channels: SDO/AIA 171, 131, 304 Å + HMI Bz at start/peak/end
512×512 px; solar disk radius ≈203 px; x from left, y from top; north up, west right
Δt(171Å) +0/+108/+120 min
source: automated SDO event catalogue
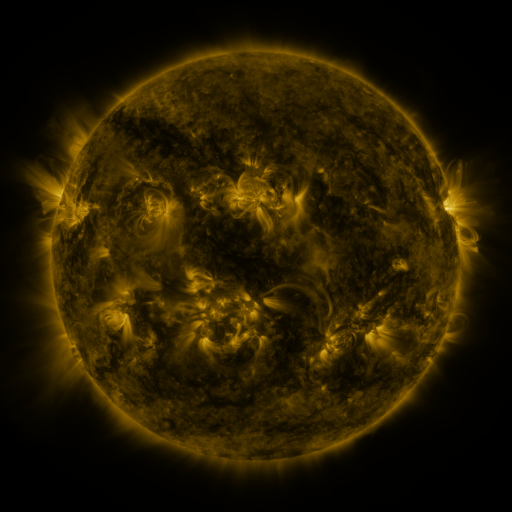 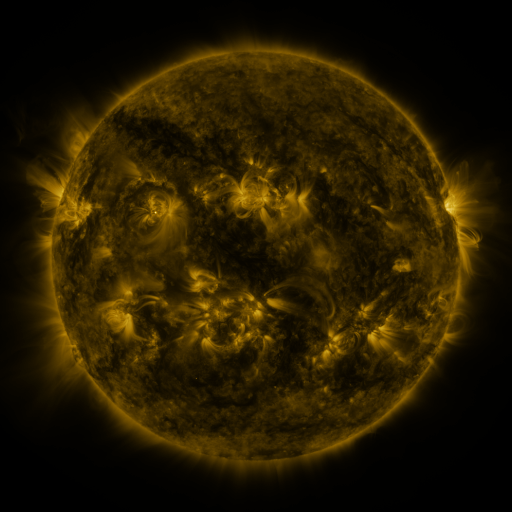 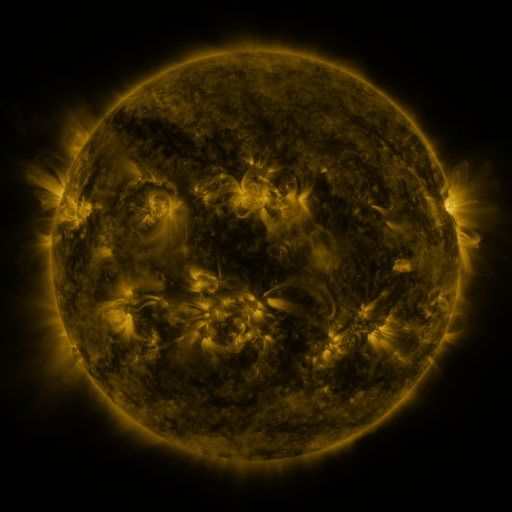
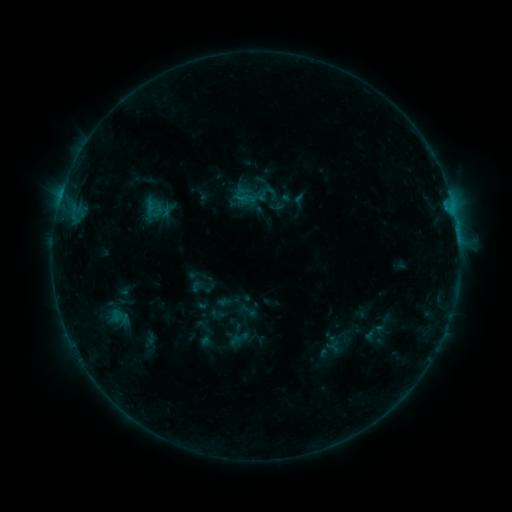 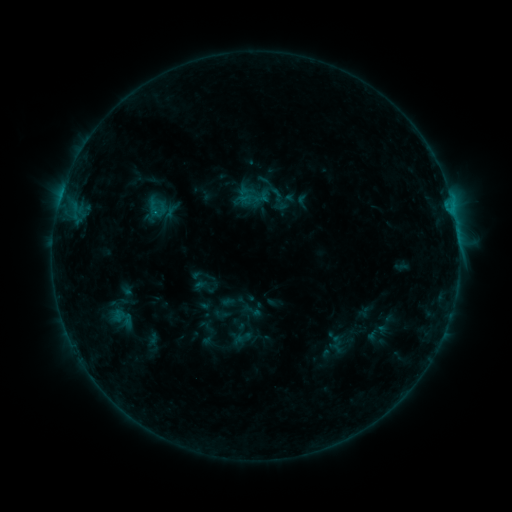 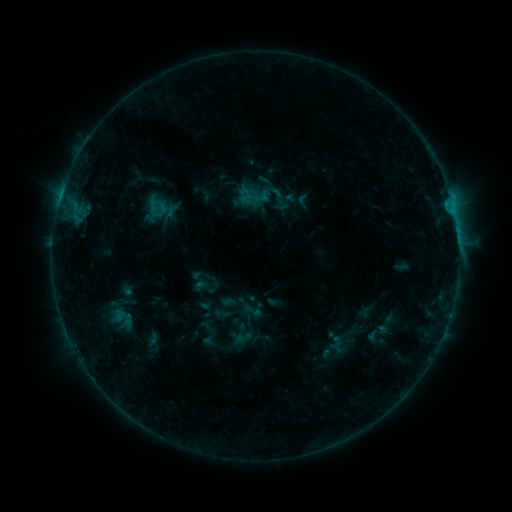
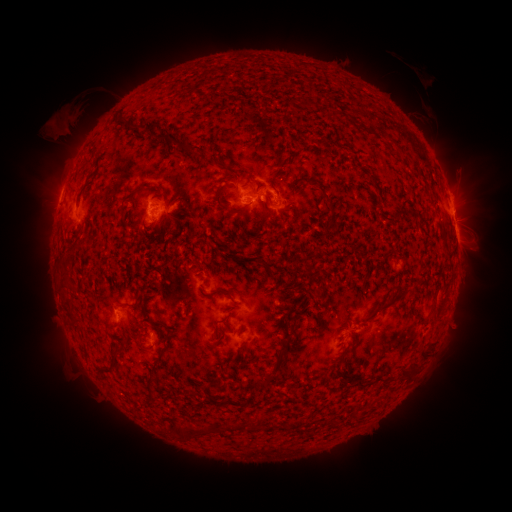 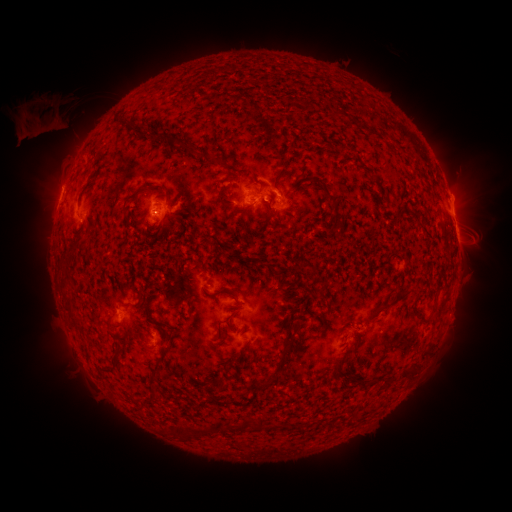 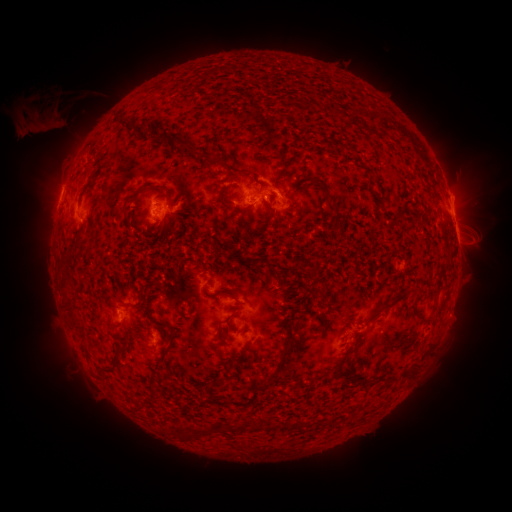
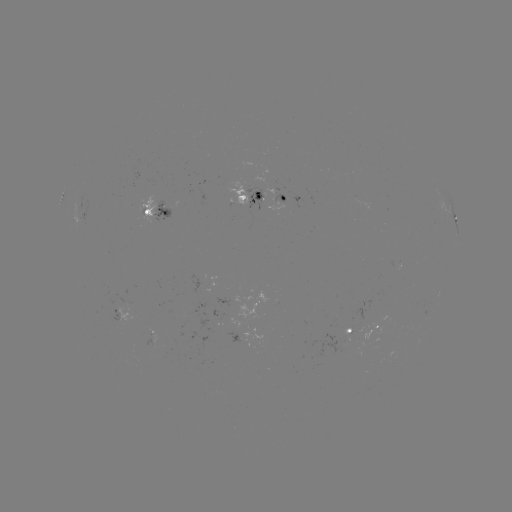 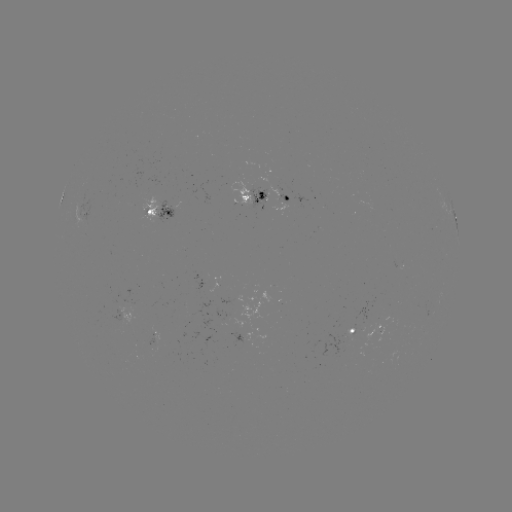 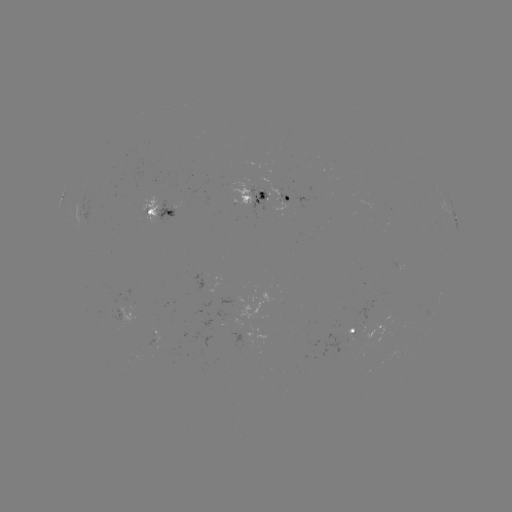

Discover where emerging-flux region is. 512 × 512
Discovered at [262, 199].